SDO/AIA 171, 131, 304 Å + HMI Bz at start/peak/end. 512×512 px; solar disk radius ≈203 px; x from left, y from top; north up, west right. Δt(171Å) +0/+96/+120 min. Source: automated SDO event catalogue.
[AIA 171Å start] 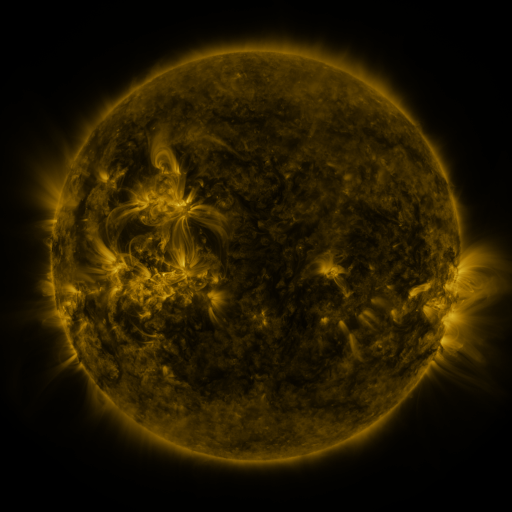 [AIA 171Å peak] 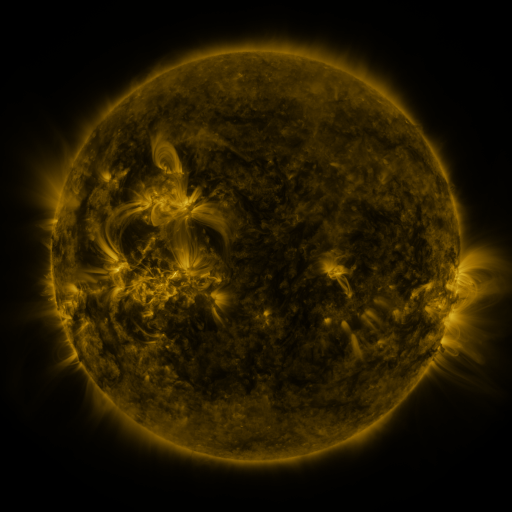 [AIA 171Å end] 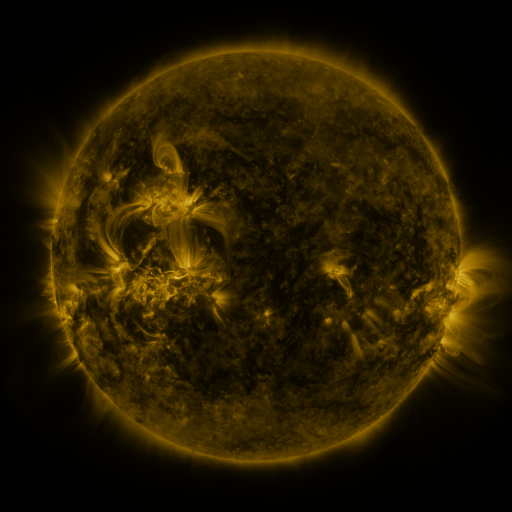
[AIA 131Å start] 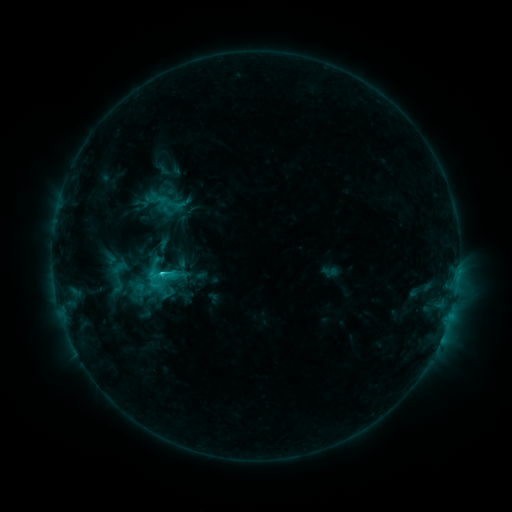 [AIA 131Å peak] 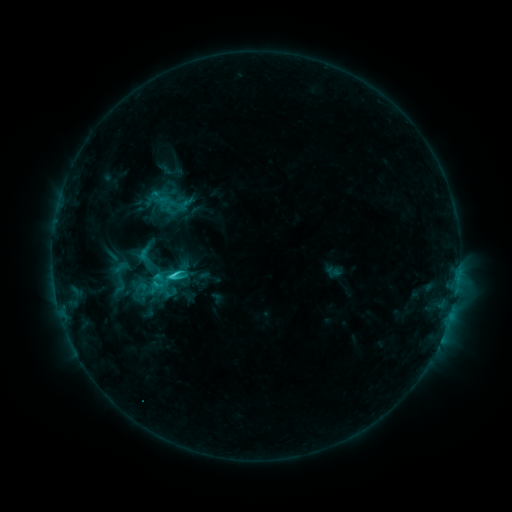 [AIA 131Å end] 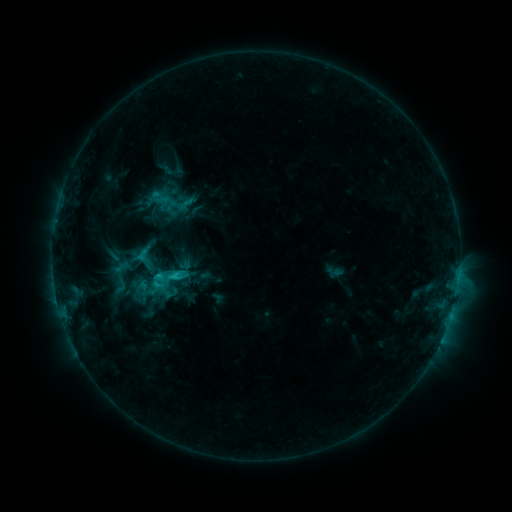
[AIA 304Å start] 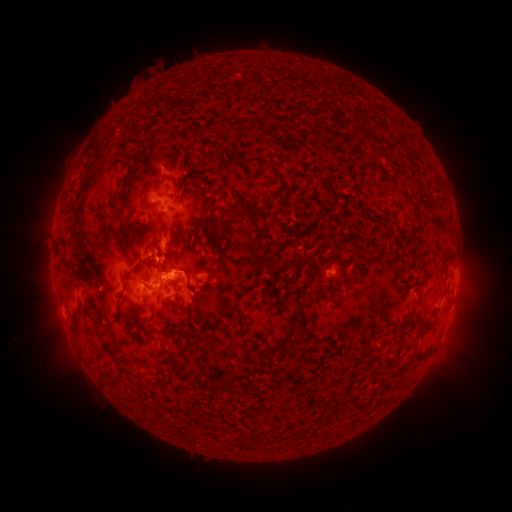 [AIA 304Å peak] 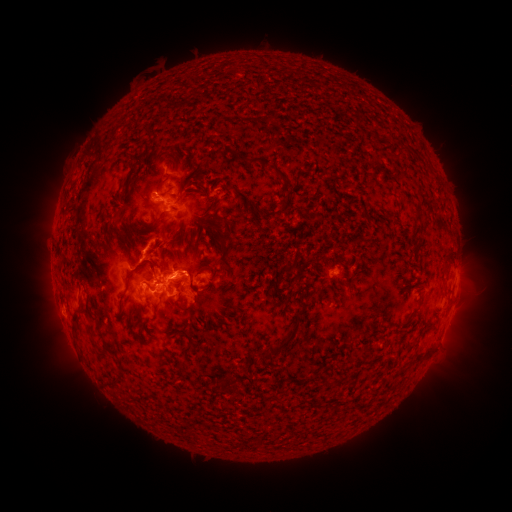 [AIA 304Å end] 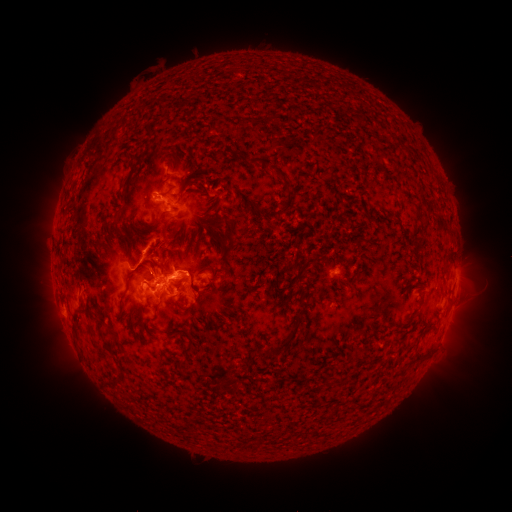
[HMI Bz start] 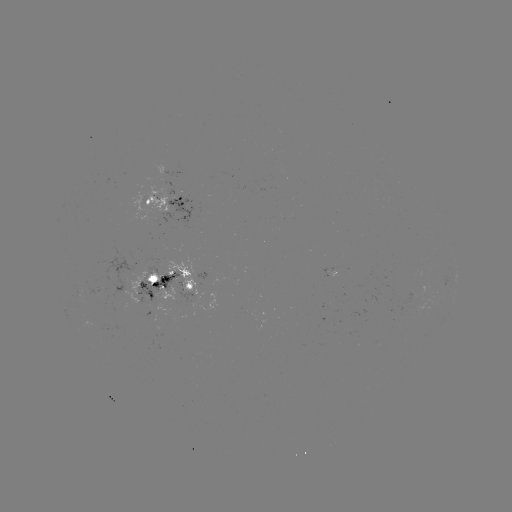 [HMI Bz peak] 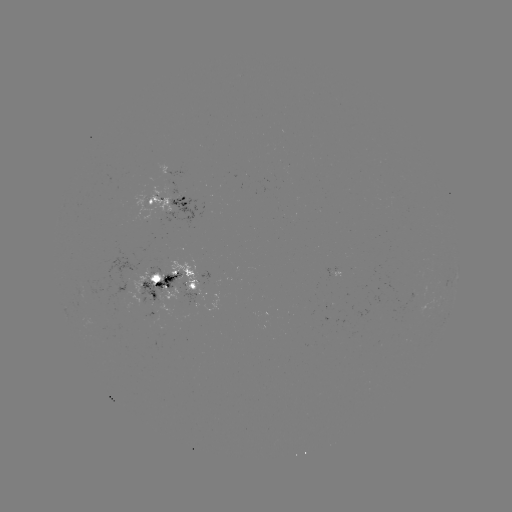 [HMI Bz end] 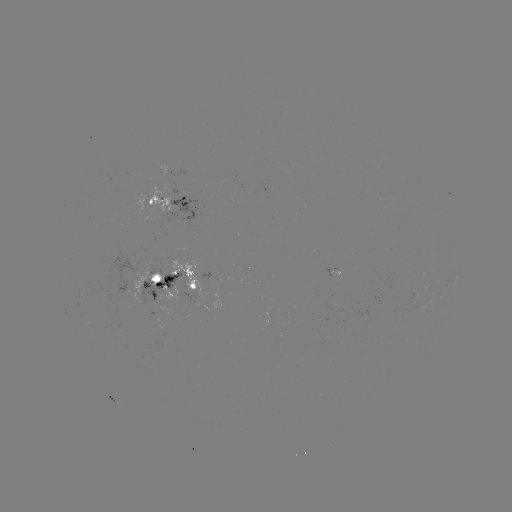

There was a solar emerging-flux region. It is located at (329, 273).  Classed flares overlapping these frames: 1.